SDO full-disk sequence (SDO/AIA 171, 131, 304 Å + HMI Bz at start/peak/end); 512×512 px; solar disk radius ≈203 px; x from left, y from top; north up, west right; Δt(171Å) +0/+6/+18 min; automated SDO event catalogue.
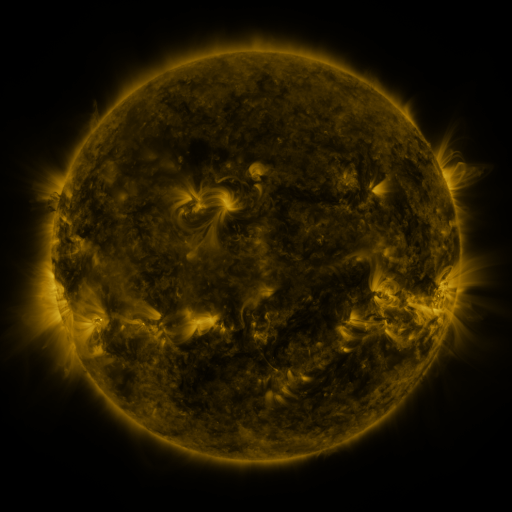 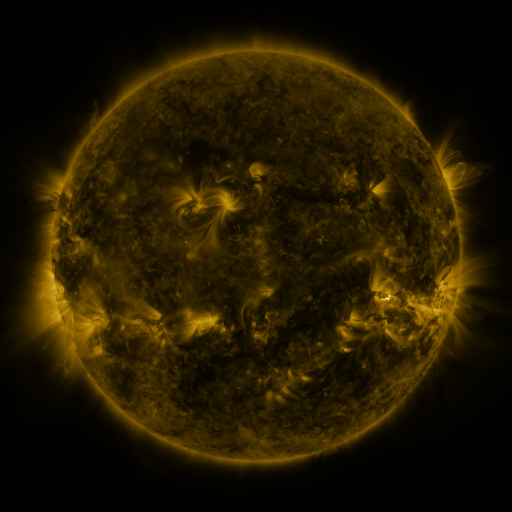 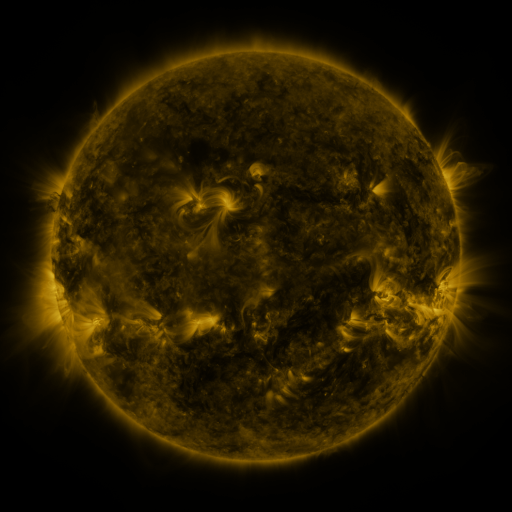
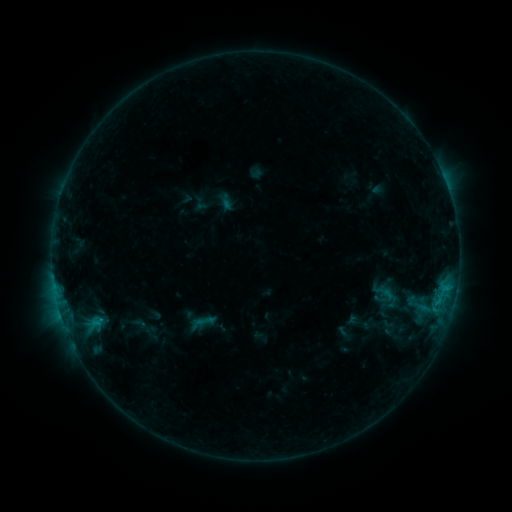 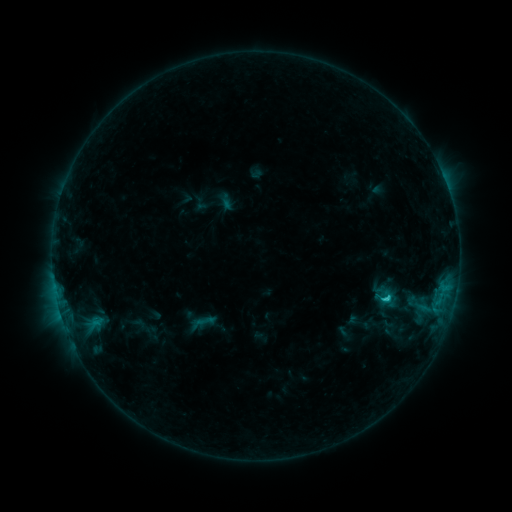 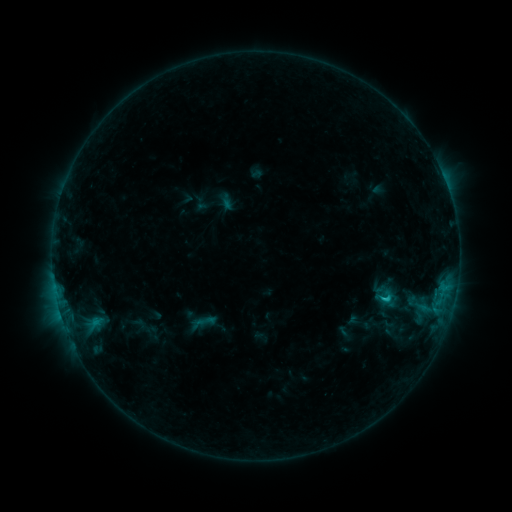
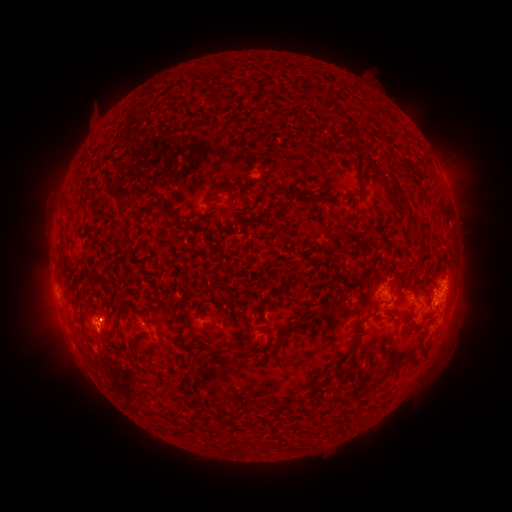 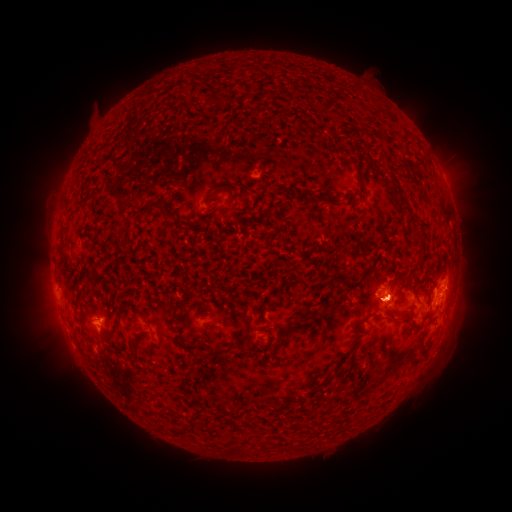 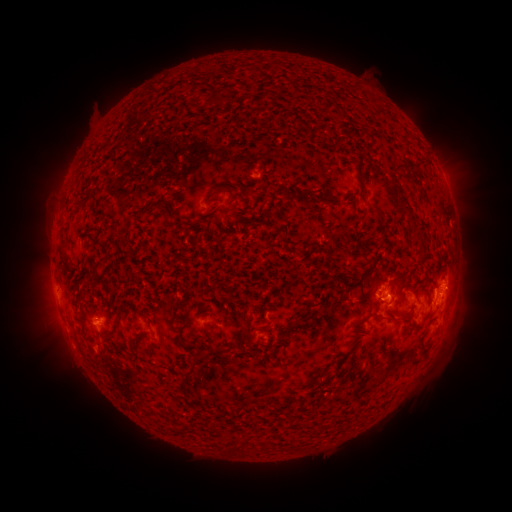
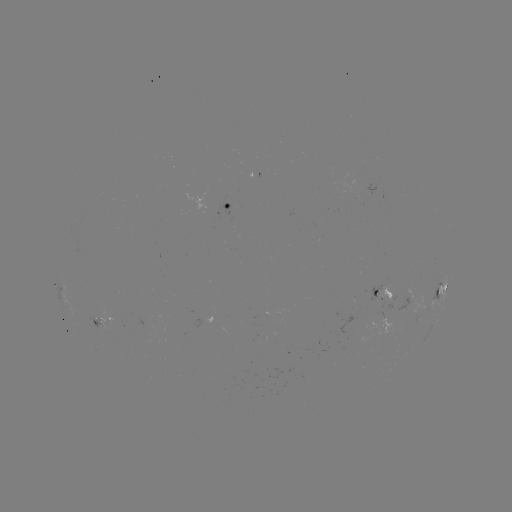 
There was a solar flare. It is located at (386, 295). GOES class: C1.4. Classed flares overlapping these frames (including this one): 1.